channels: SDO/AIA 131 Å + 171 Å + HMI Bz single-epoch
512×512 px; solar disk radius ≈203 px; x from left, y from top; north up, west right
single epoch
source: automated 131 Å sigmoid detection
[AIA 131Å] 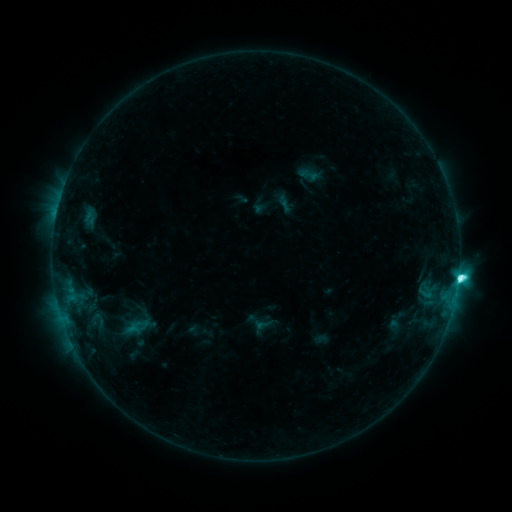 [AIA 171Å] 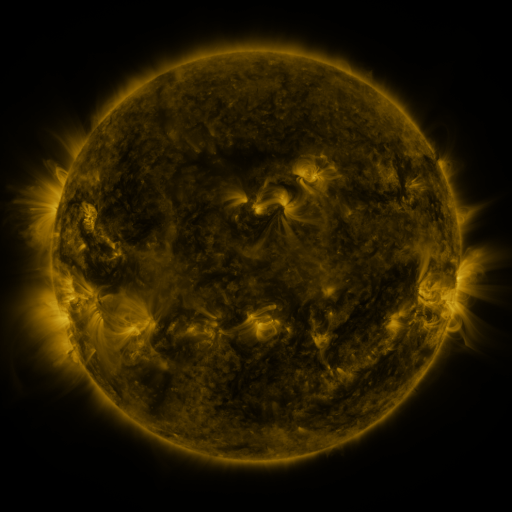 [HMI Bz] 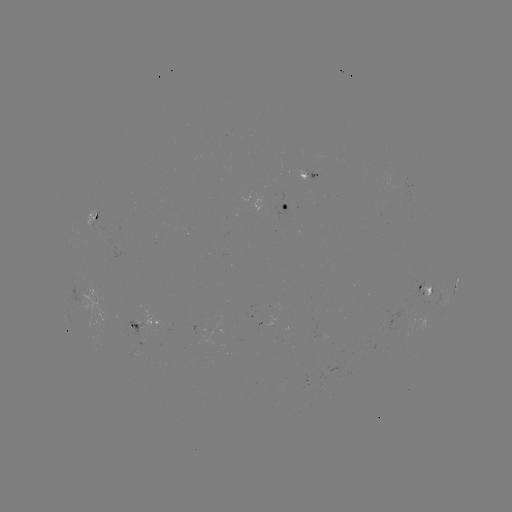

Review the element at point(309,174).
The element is sigmoid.